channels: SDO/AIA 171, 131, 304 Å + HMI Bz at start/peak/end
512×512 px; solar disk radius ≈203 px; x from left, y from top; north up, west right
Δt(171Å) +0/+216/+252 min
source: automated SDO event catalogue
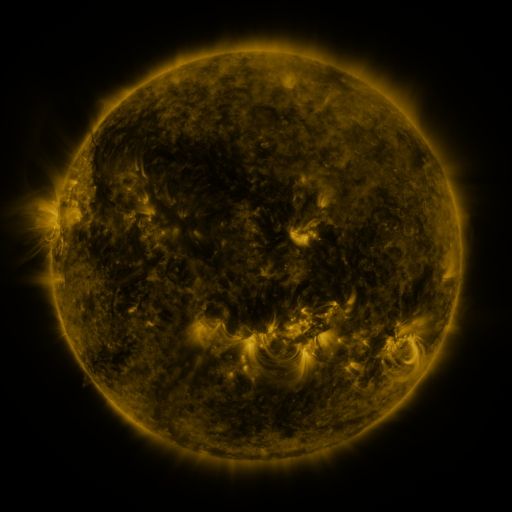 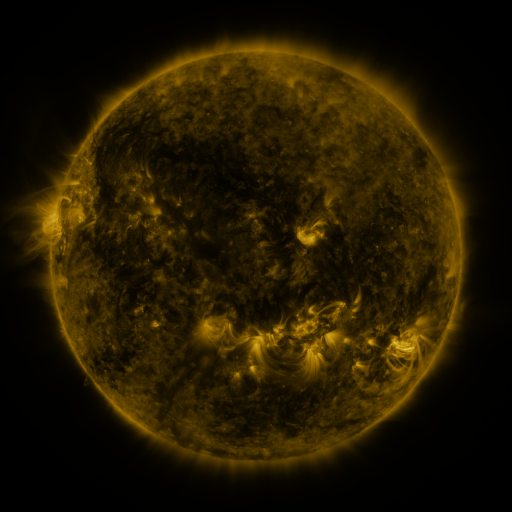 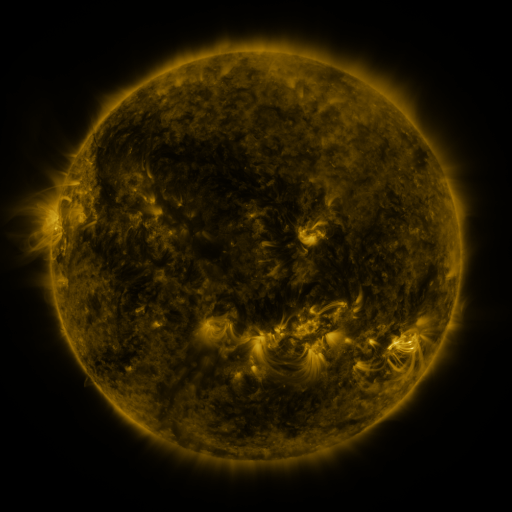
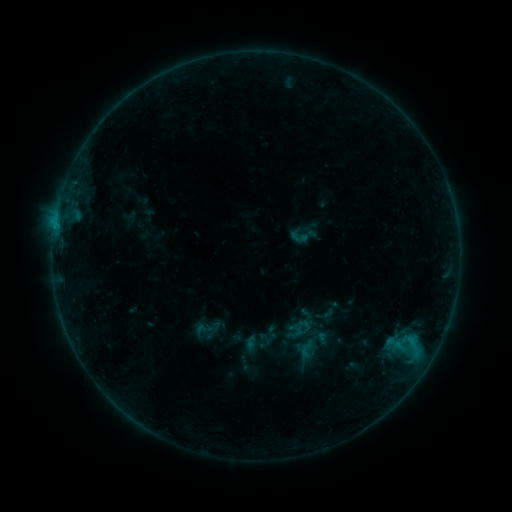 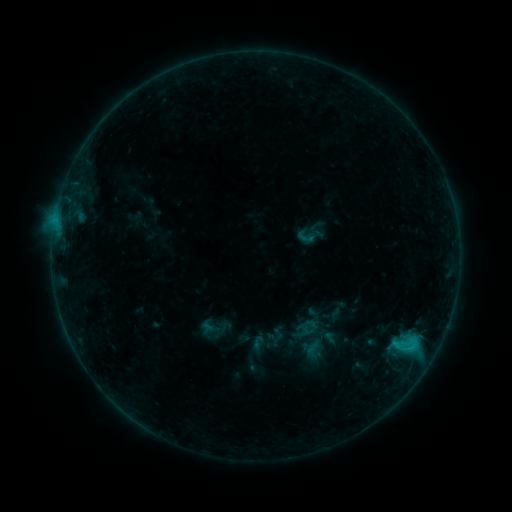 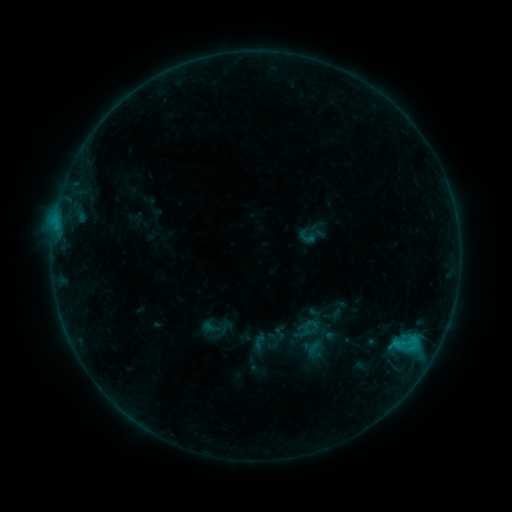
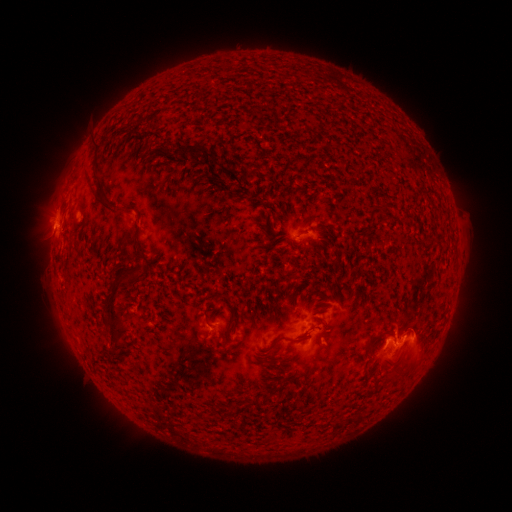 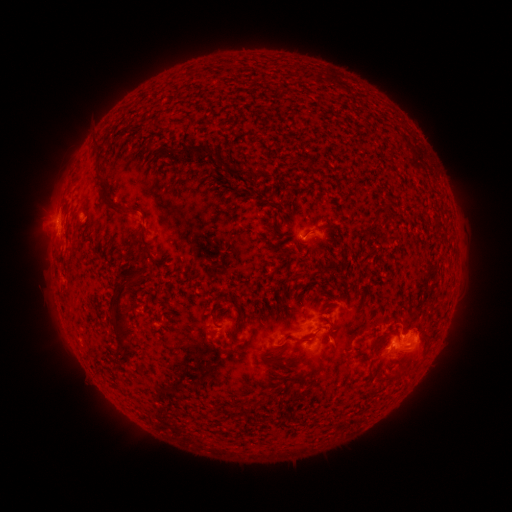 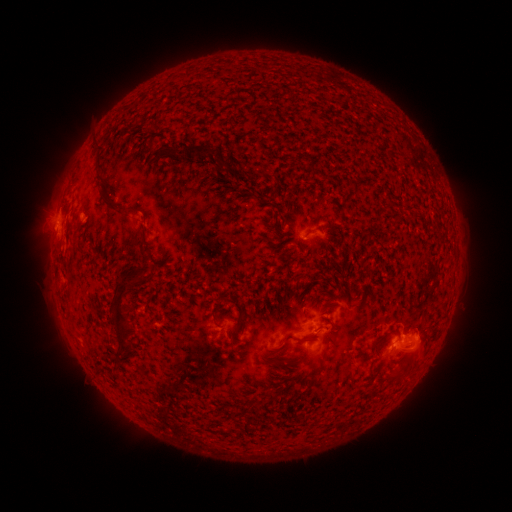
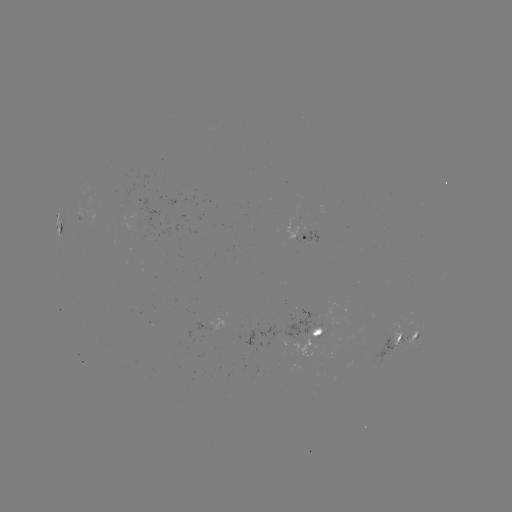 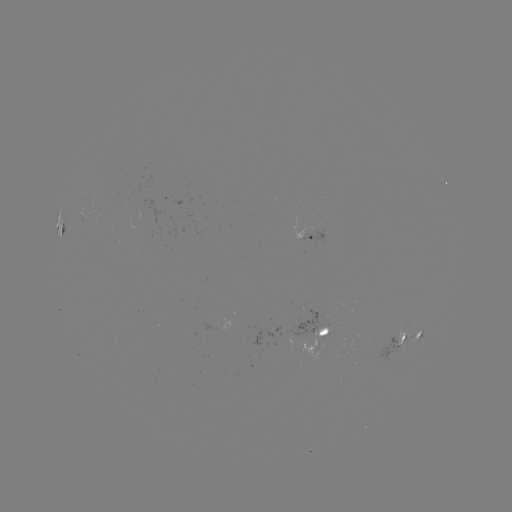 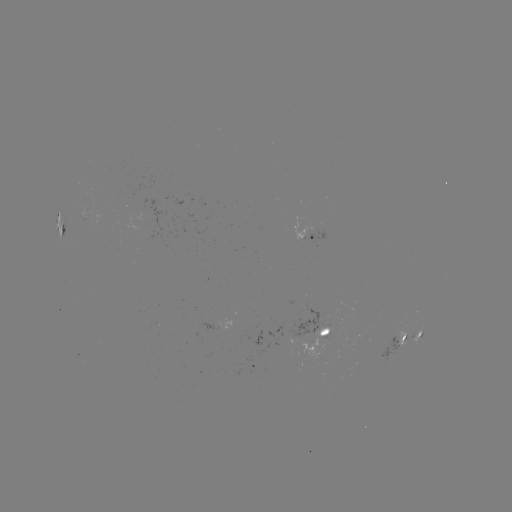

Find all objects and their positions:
emerging-flux region: (323, 331)
